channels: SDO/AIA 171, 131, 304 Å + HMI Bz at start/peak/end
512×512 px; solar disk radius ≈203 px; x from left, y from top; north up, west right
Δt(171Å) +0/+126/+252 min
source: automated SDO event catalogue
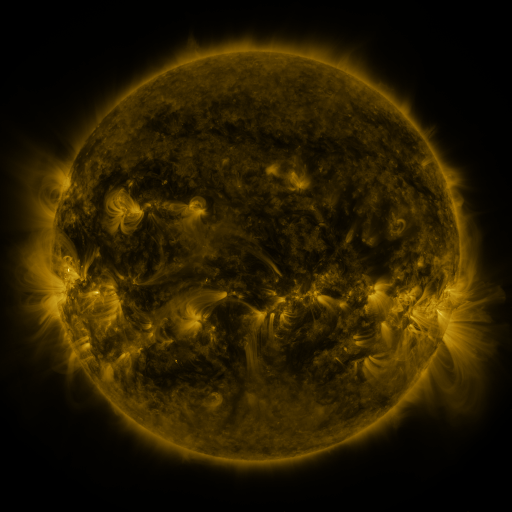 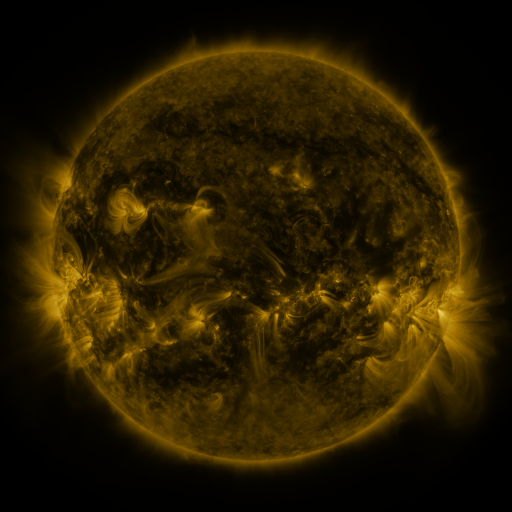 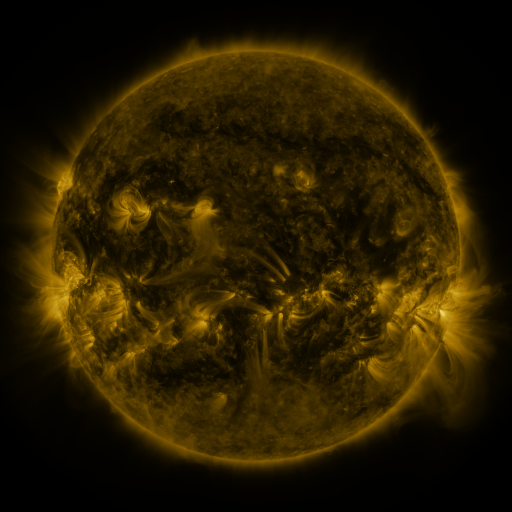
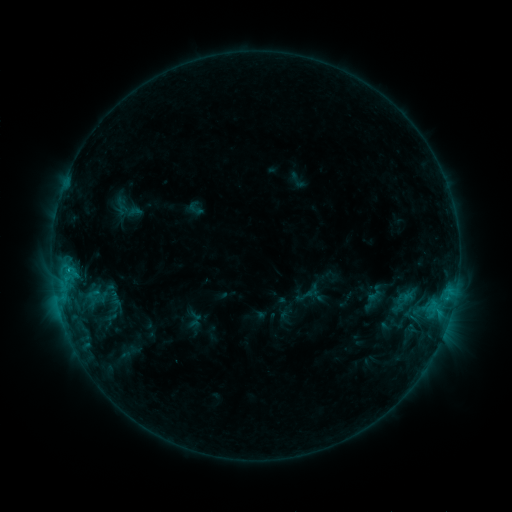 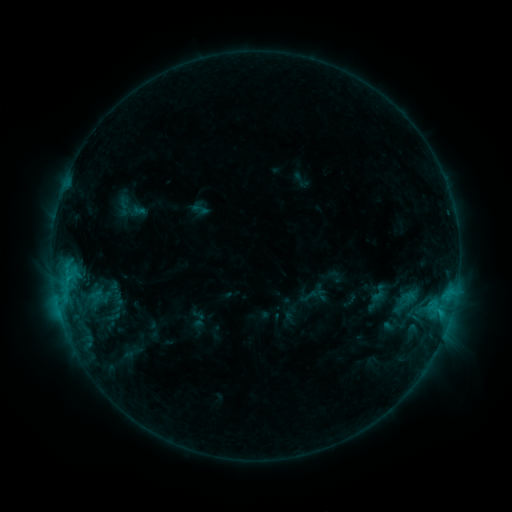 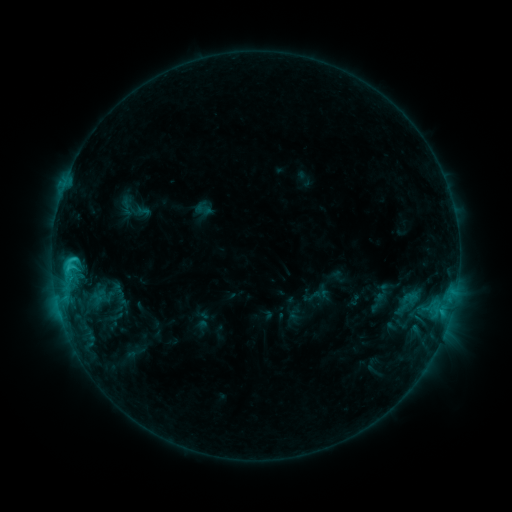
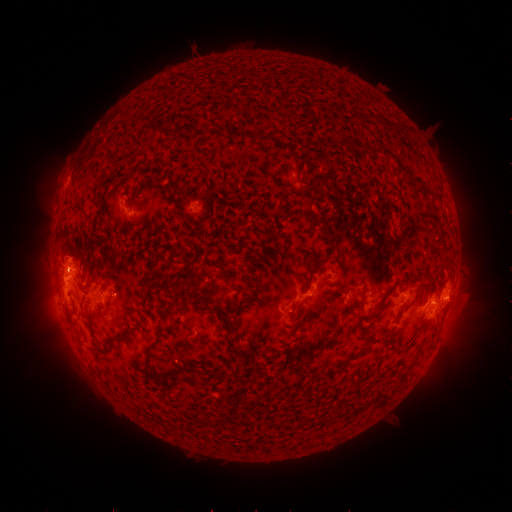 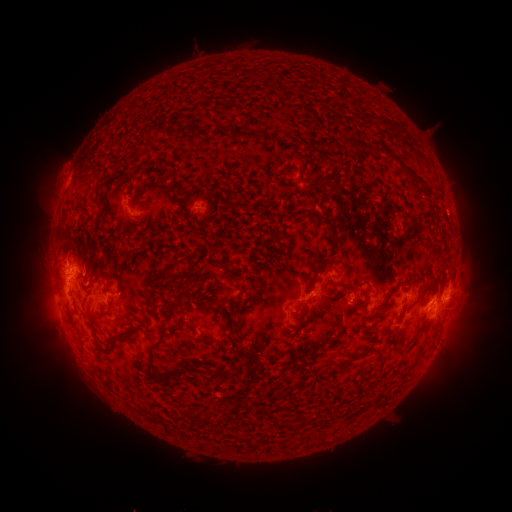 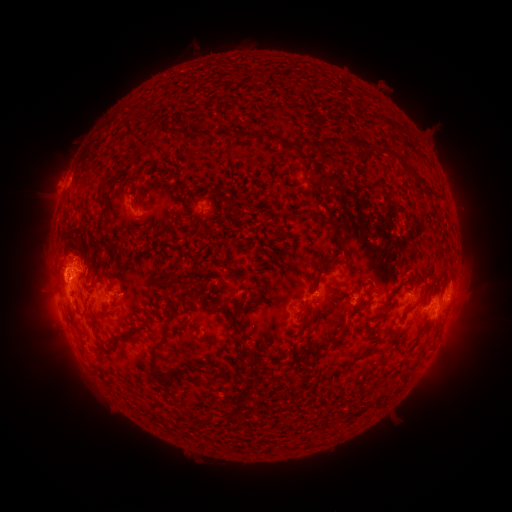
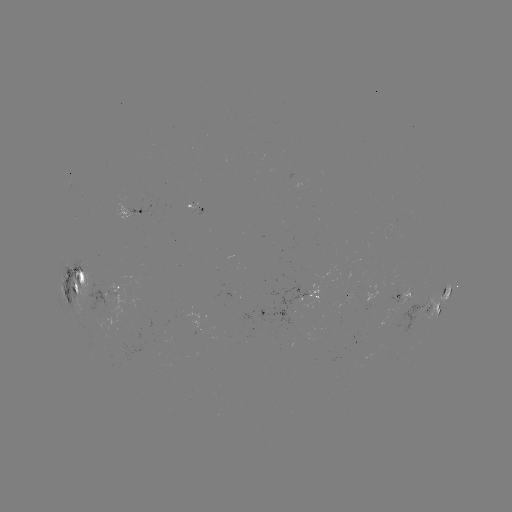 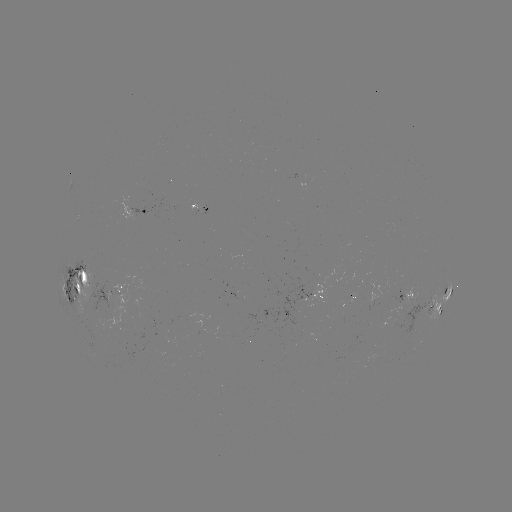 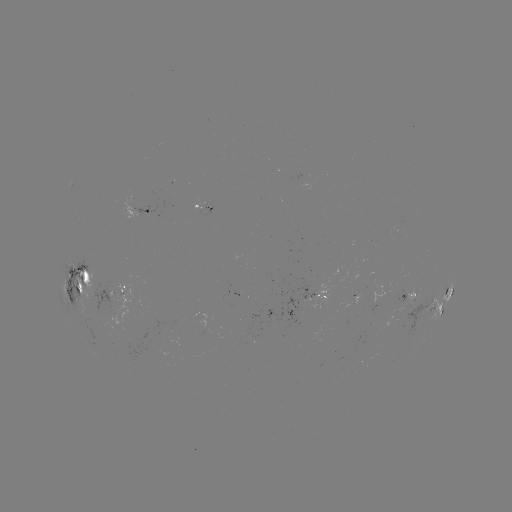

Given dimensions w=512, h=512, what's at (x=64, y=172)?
filament eruption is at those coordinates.